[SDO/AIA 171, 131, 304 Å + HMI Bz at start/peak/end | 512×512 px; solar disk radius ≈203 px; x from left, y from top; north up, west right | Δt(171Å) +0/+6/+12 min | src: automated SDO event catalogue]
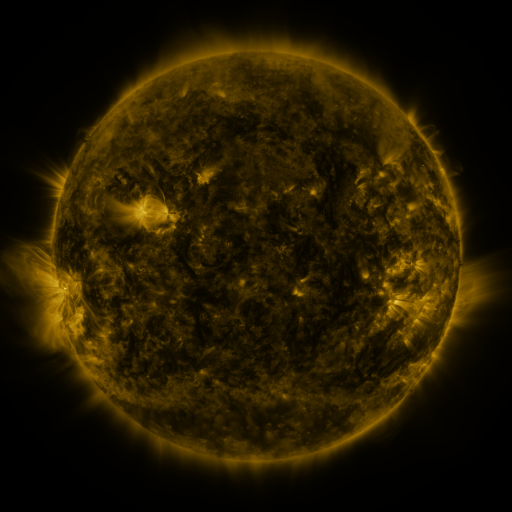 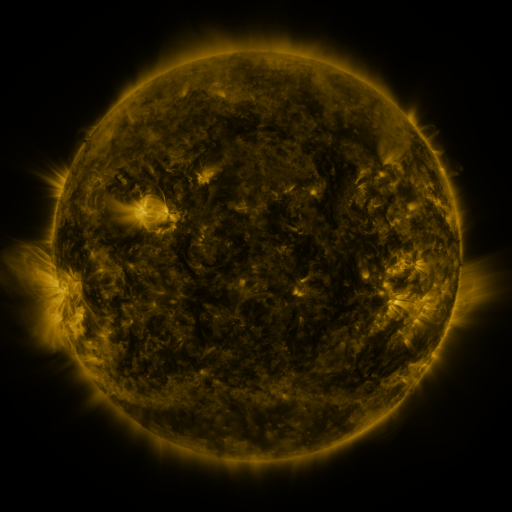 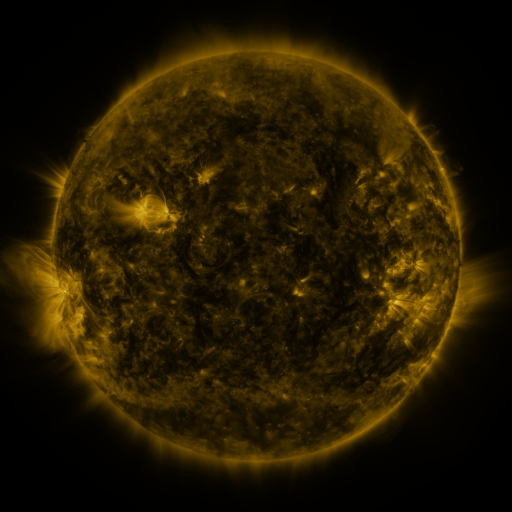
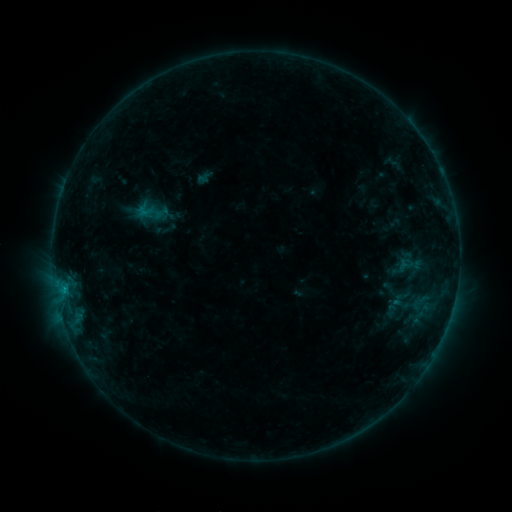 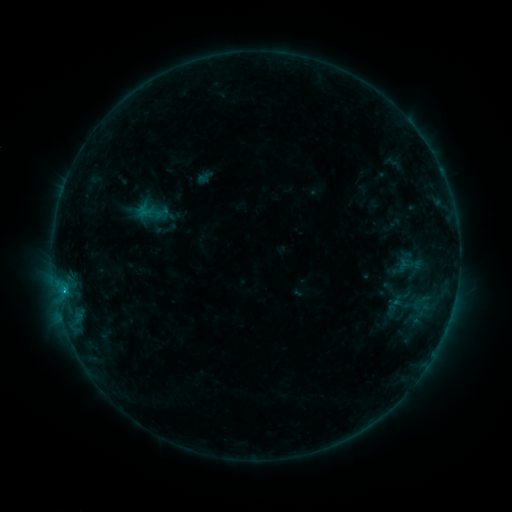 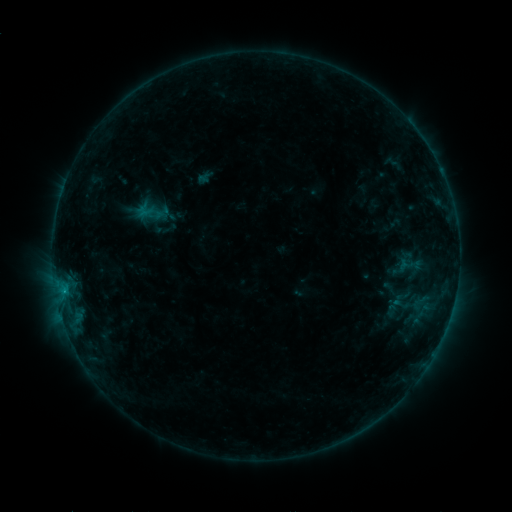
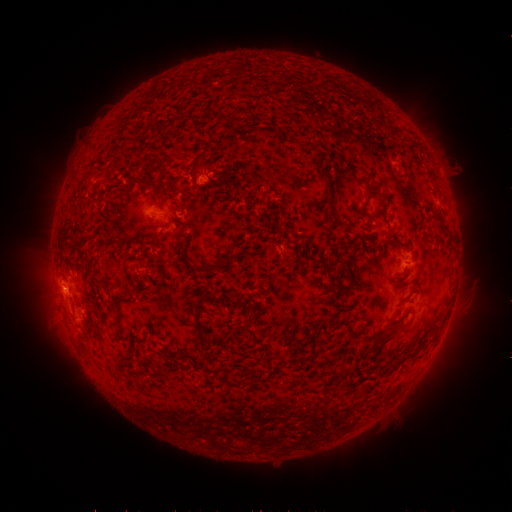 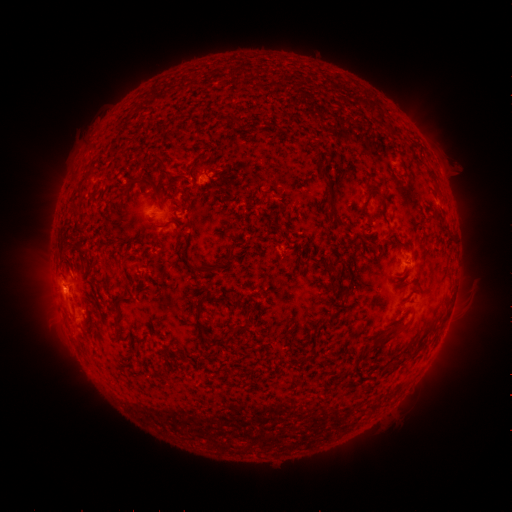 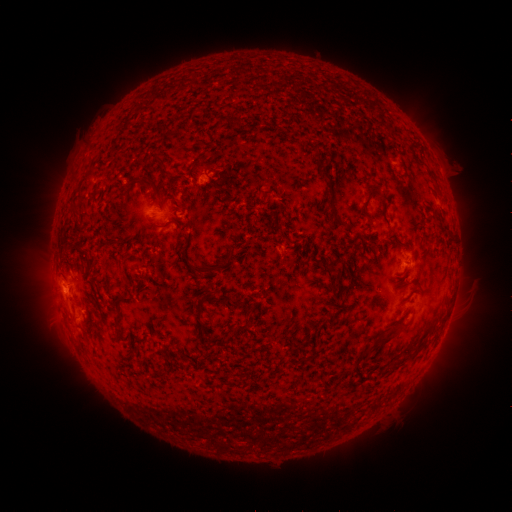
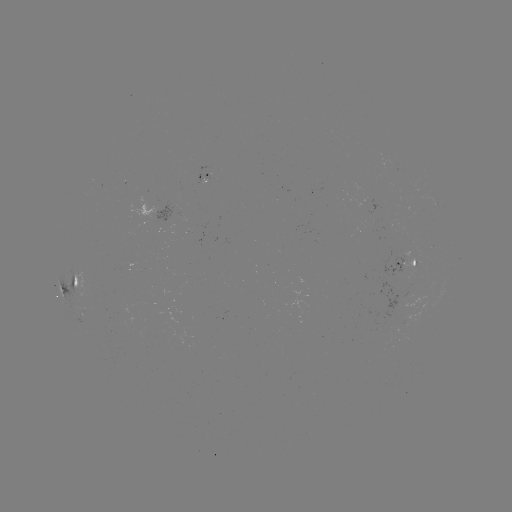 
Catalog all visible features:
B6.3 flare: (64, 289)
